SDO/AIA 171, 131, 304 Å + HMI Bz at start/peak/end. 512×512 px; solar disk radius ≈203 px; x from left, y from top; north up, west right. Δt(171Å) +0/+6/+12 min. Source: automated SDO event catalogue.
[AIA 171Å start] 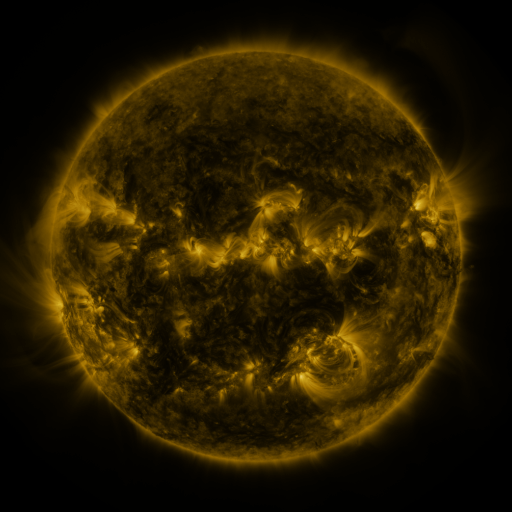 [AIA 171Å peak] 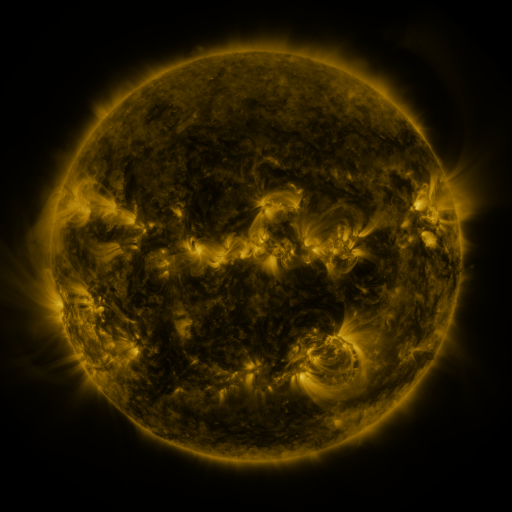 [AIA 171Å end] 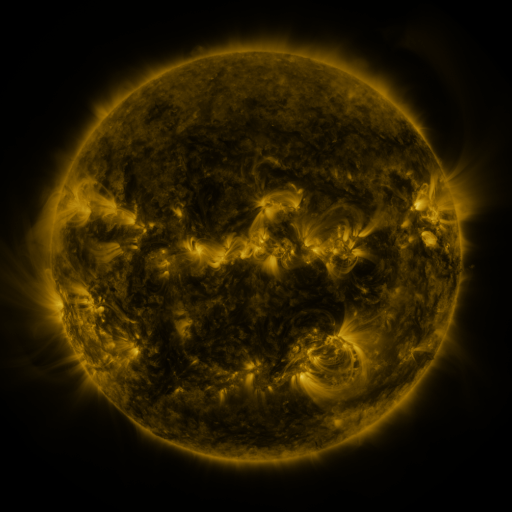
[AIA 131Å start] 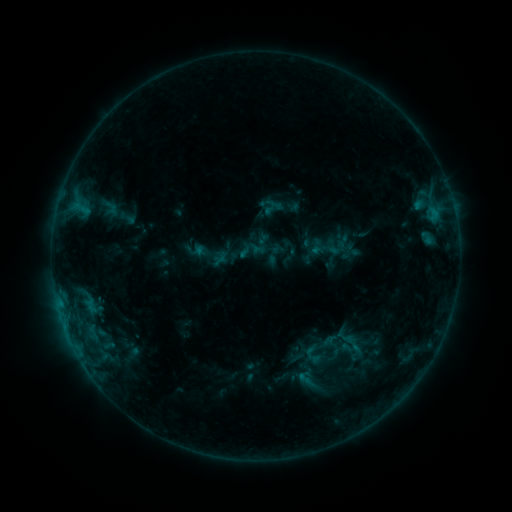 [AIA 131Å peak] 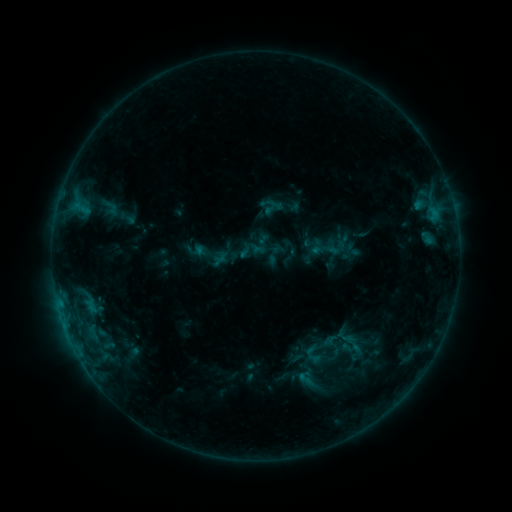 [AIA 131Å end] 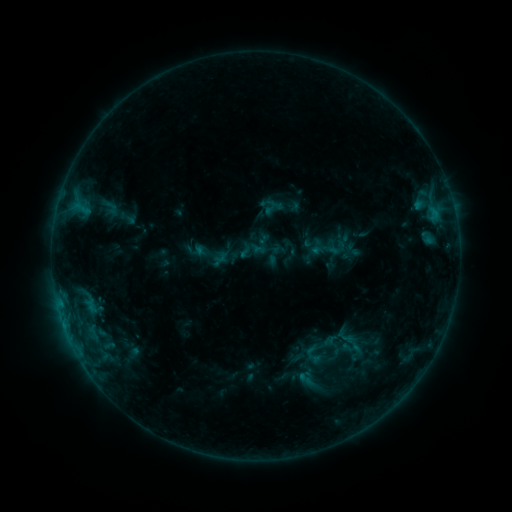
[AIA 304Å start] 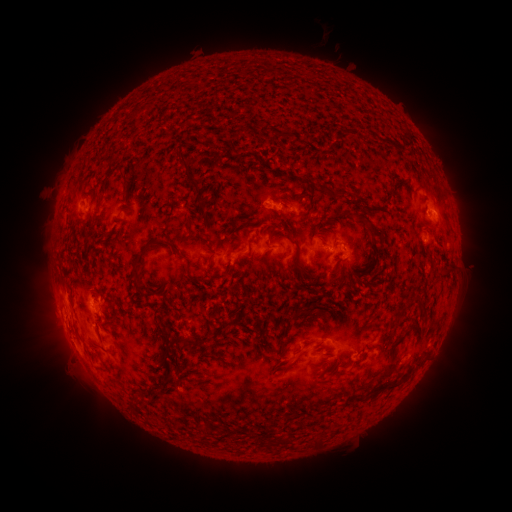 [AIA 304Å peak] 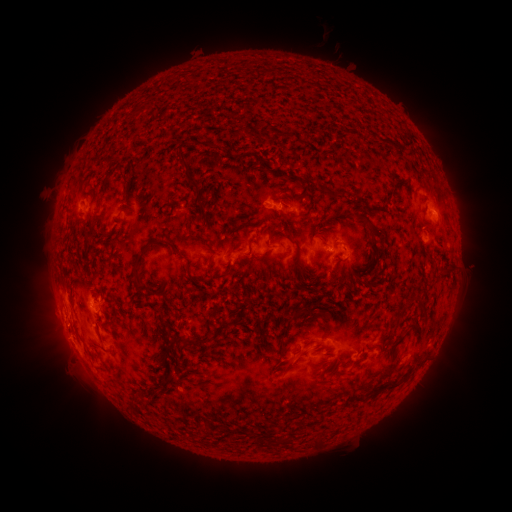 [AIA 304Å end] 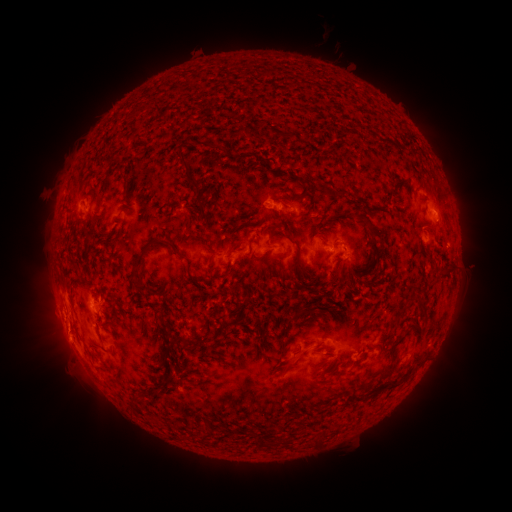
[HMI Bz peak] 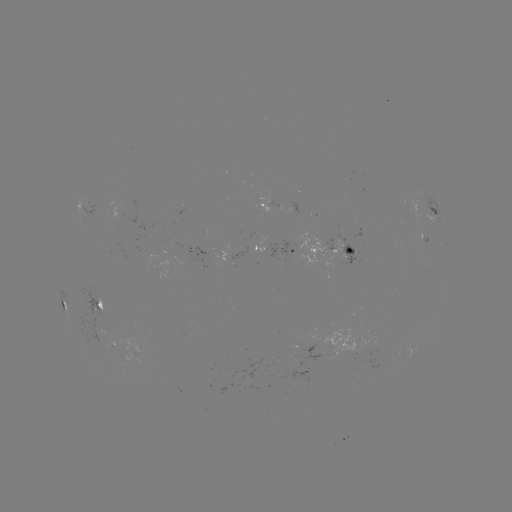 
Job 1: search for eruption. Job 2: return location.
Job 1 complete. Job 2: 63,345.